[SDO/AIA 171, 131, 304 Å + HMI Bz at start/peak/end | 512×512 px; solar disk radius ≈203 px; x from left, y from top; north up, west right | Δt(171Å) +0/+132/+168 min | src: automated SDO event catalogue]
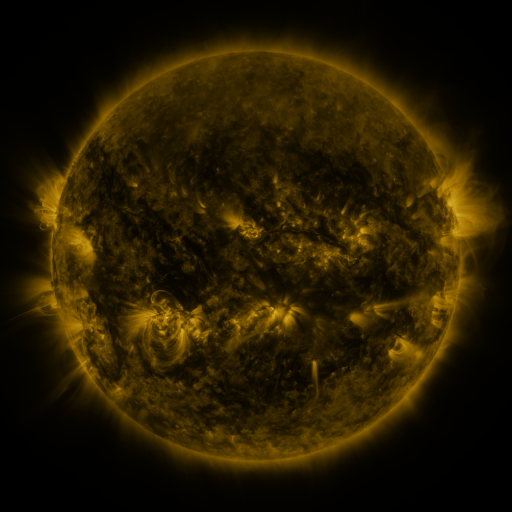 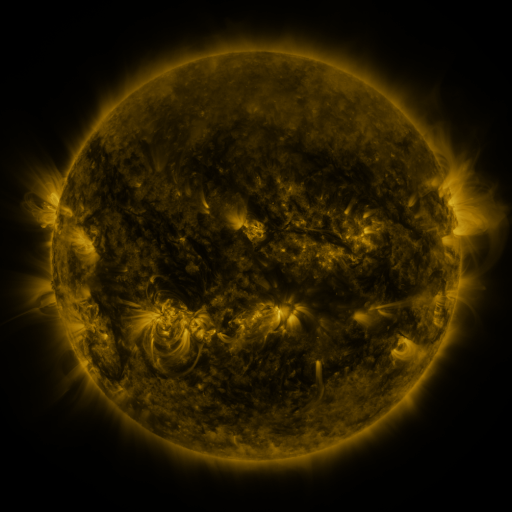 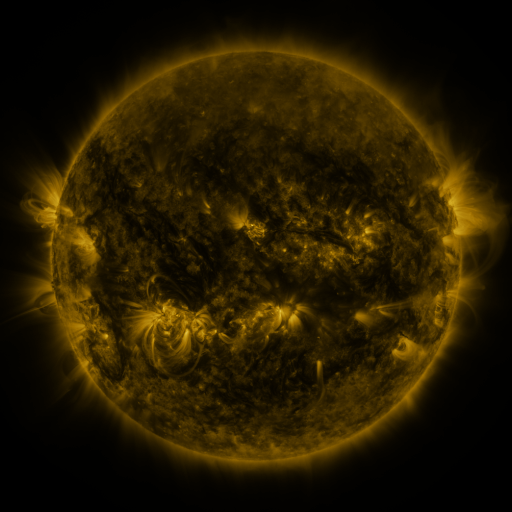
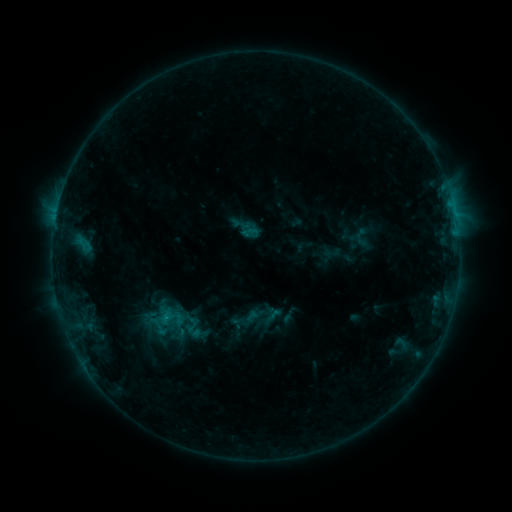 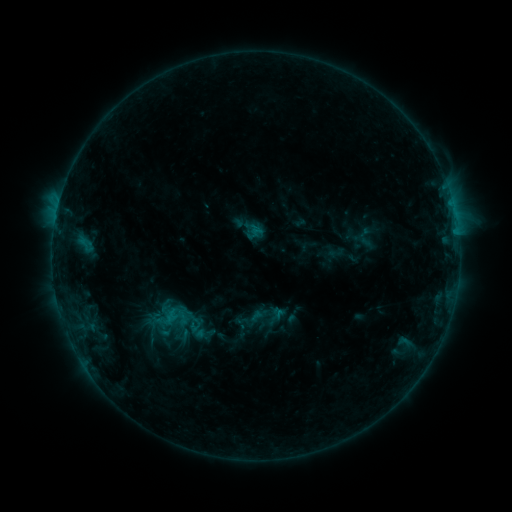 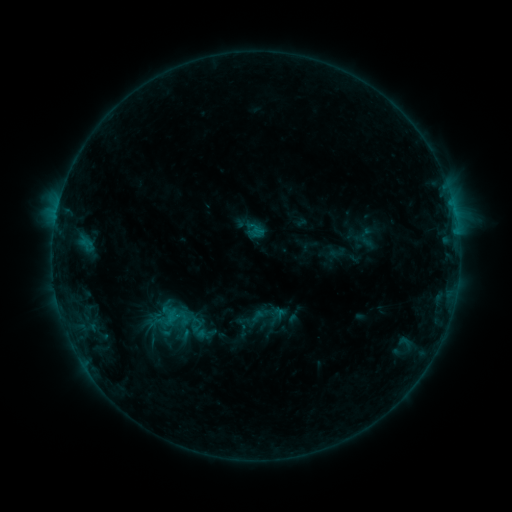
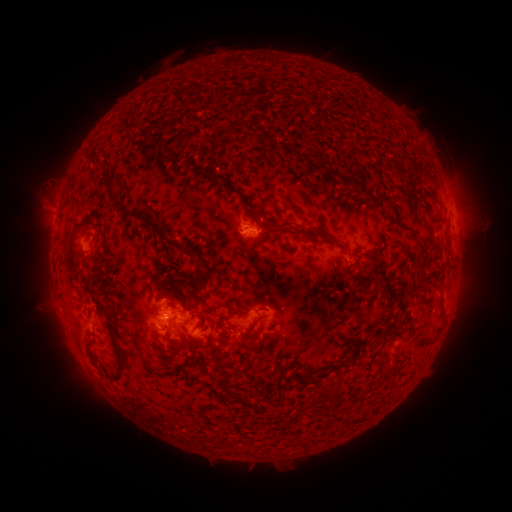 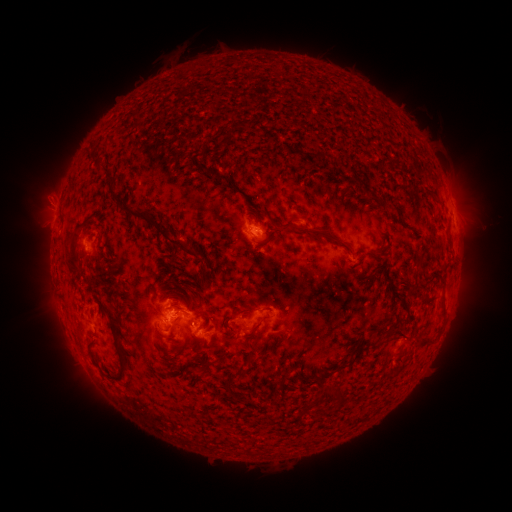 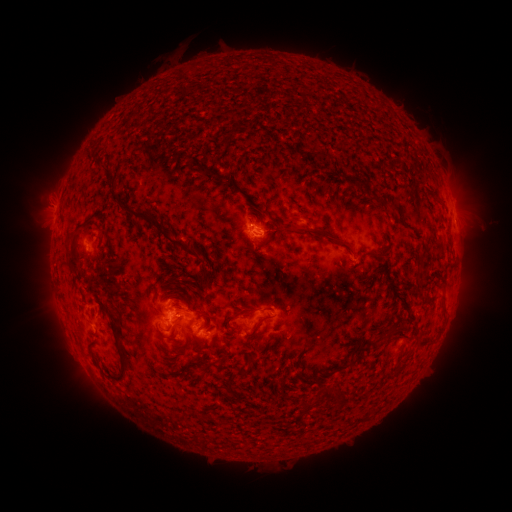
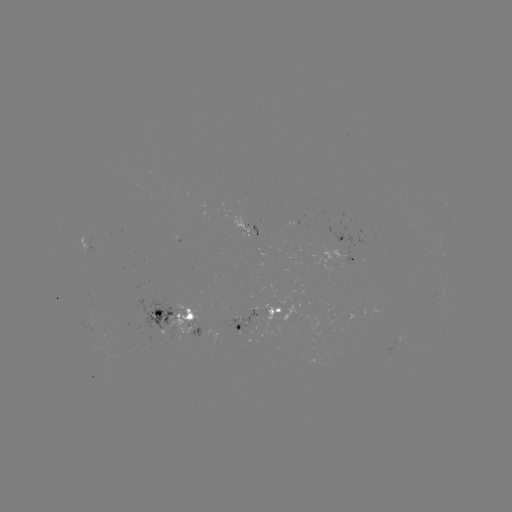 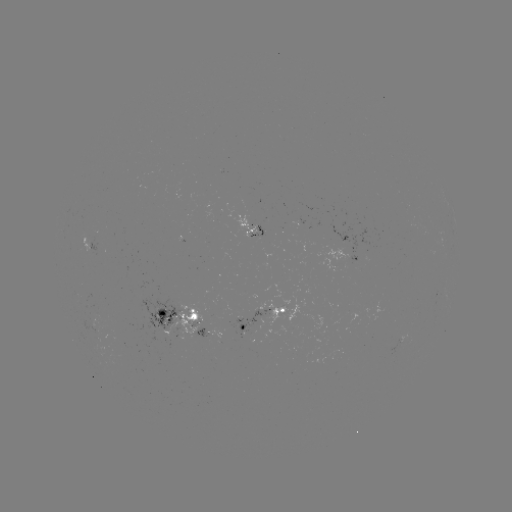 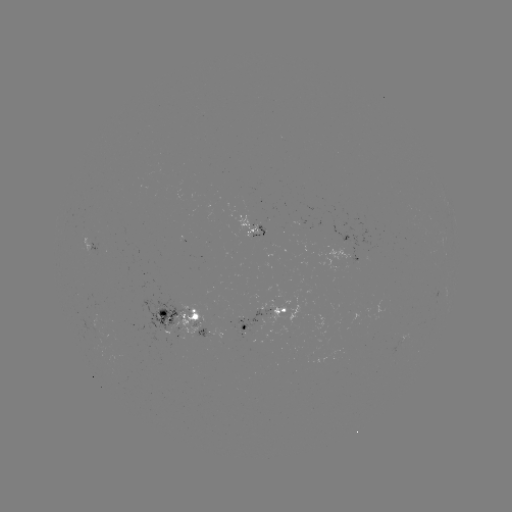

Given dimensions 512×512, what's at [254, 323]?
emerging-flux region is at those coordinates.